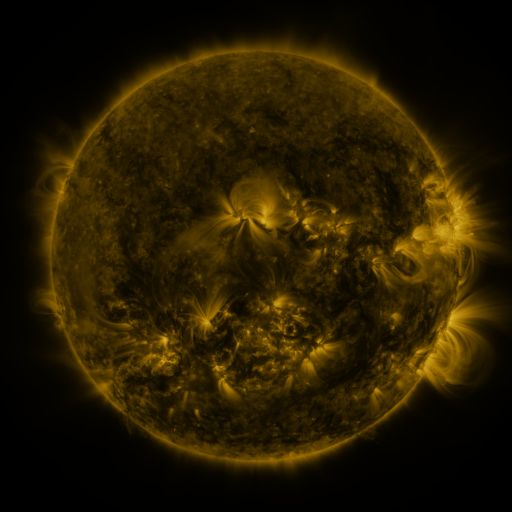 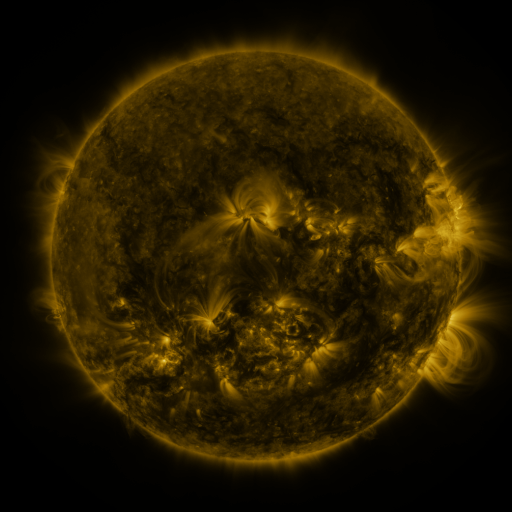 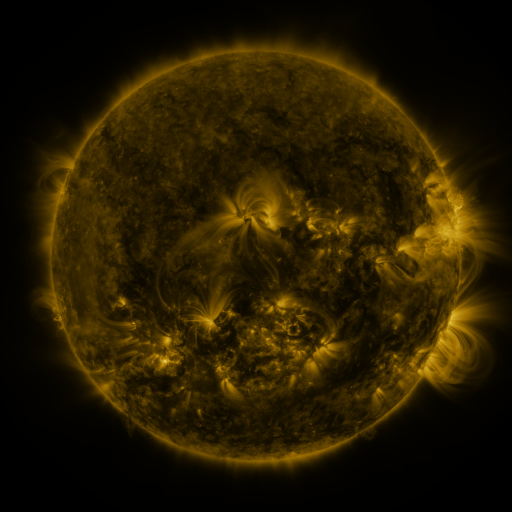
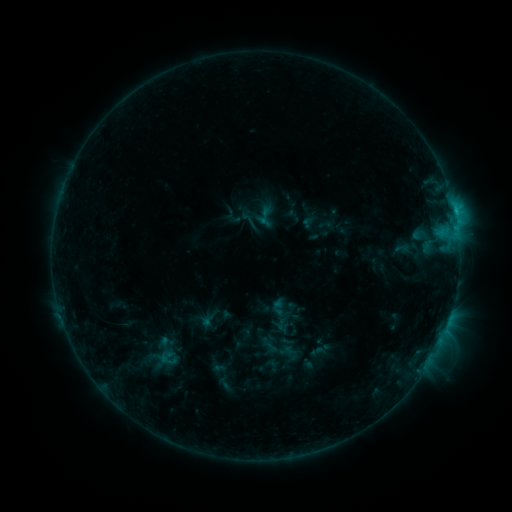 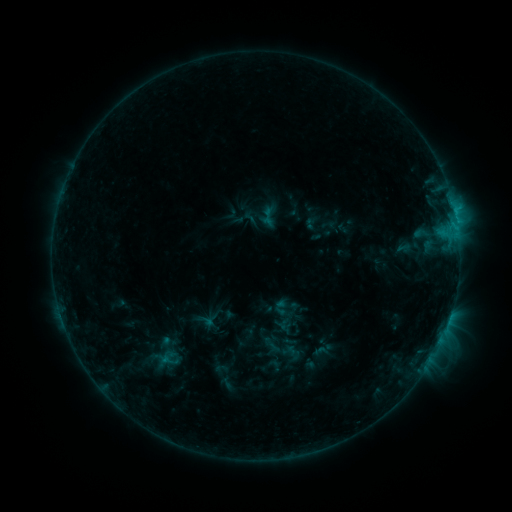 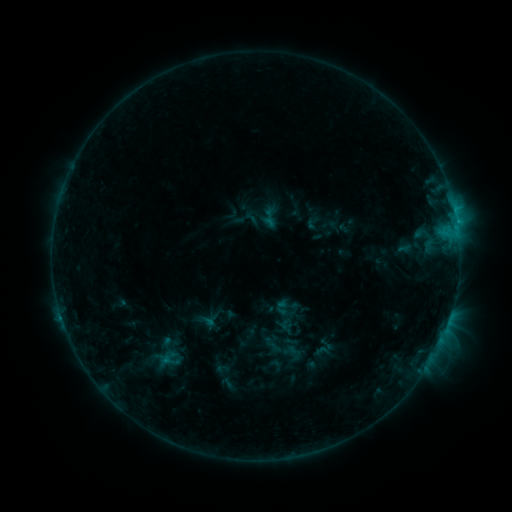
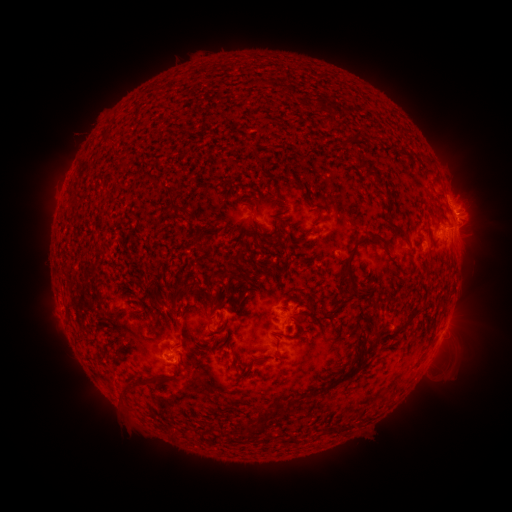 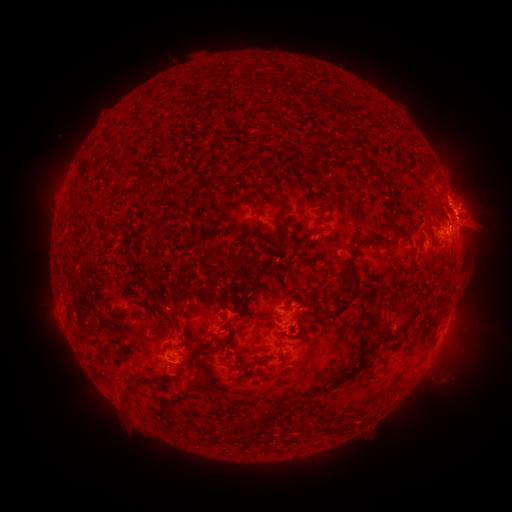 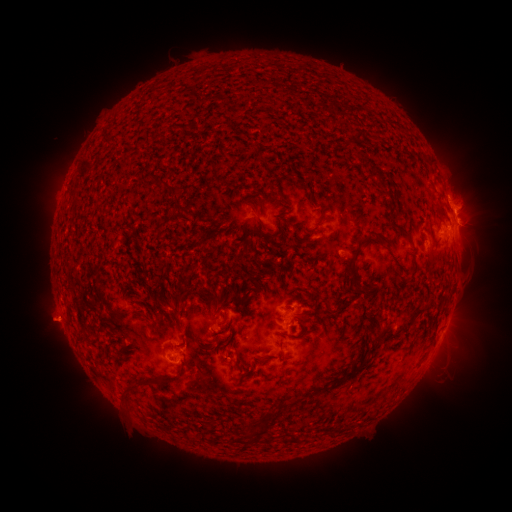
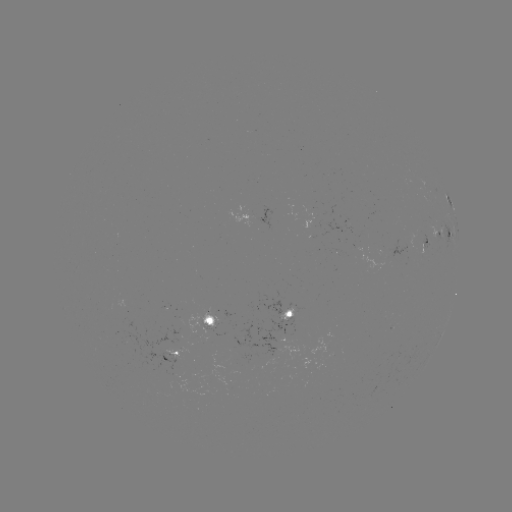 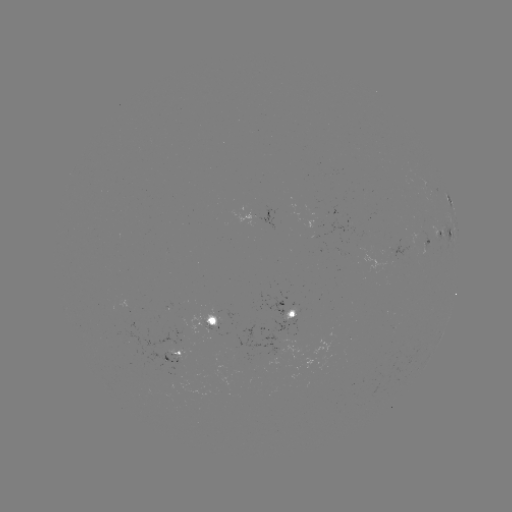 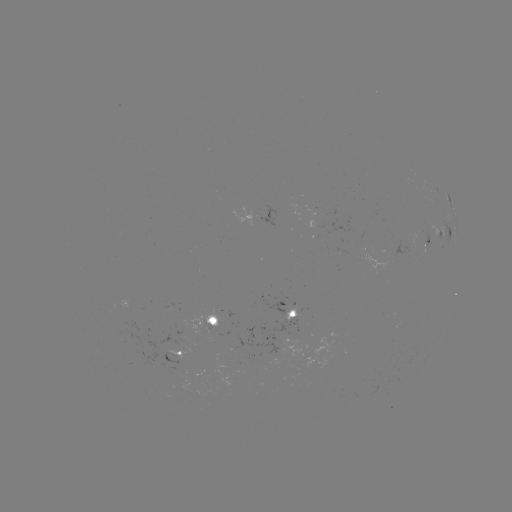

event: emerging-flux region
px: (317, 222)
